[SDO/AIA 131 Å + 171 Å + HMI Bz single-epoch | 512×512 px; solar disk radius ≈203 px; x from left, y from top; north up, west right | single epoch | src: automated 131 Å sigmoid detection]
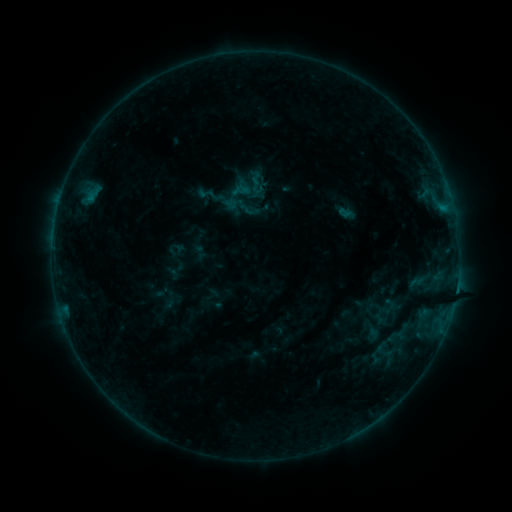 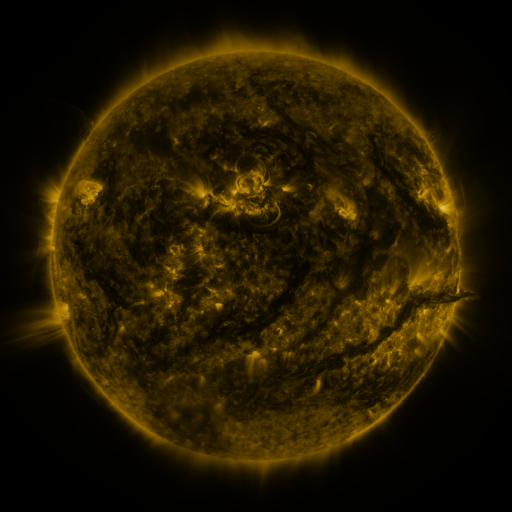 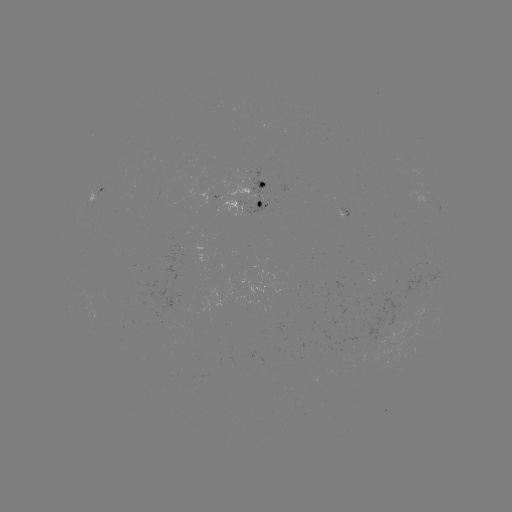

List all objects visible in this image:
sigmoid: (207, 194)
